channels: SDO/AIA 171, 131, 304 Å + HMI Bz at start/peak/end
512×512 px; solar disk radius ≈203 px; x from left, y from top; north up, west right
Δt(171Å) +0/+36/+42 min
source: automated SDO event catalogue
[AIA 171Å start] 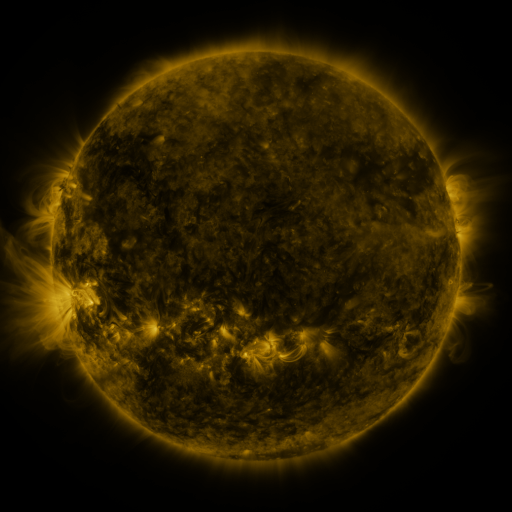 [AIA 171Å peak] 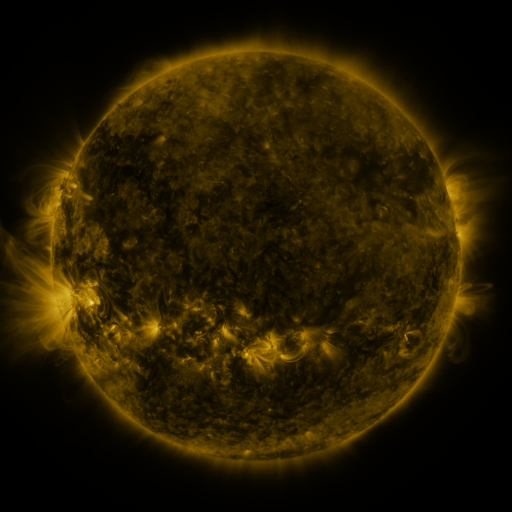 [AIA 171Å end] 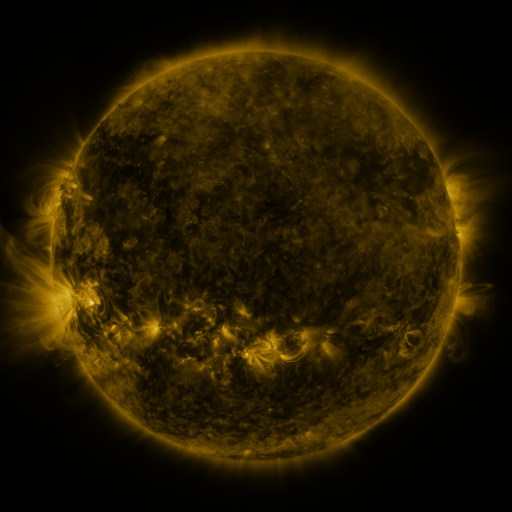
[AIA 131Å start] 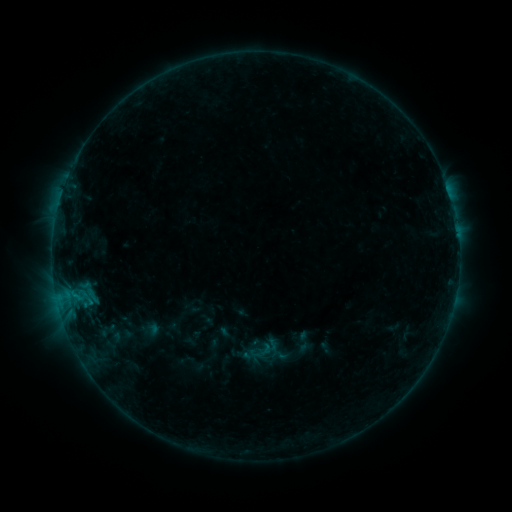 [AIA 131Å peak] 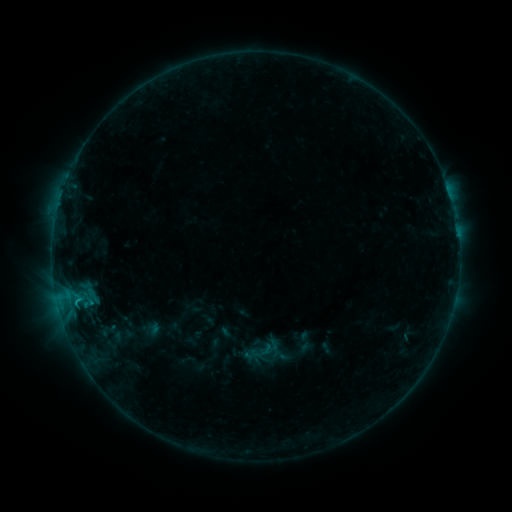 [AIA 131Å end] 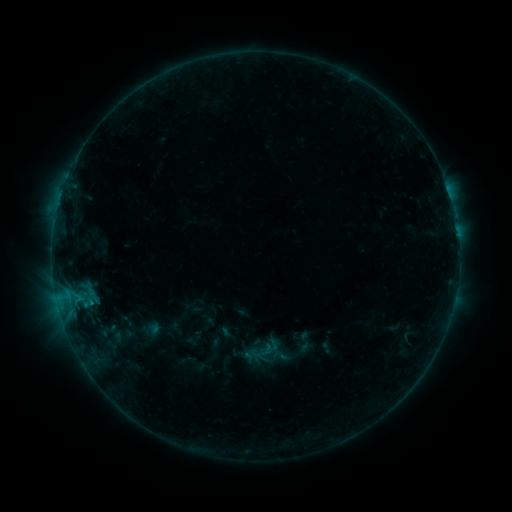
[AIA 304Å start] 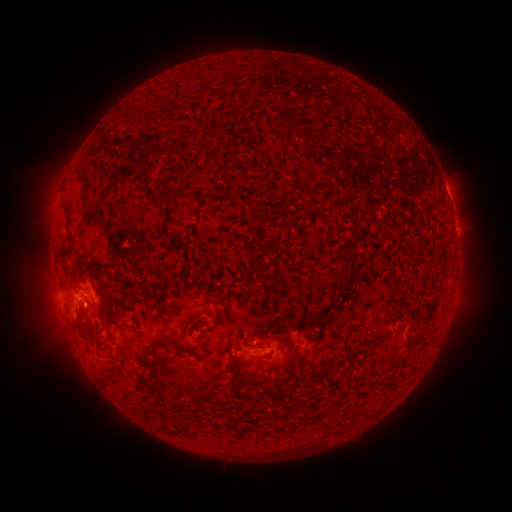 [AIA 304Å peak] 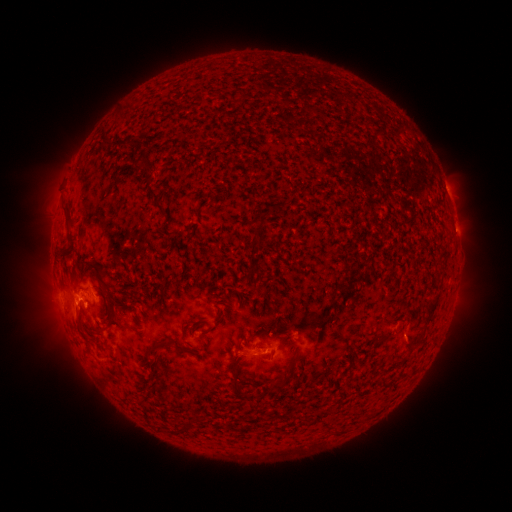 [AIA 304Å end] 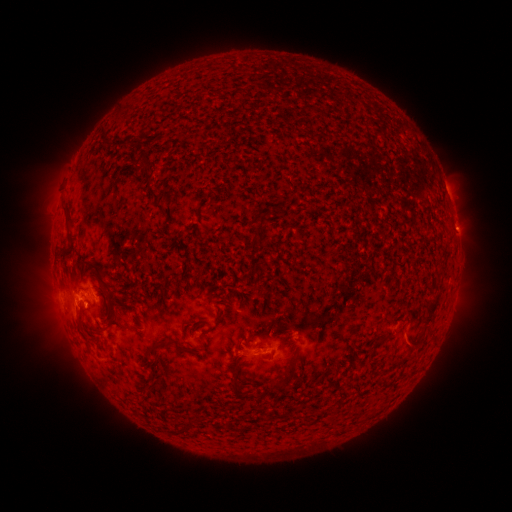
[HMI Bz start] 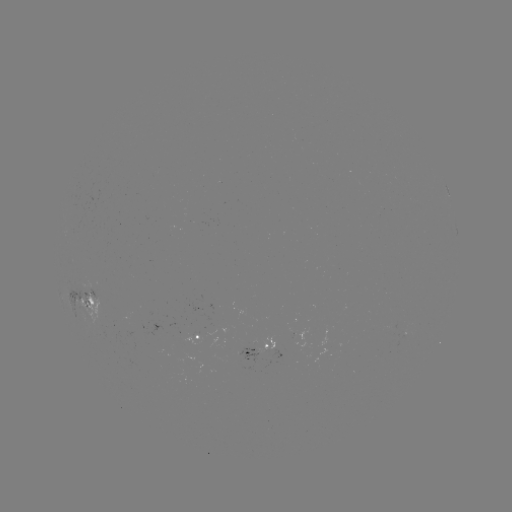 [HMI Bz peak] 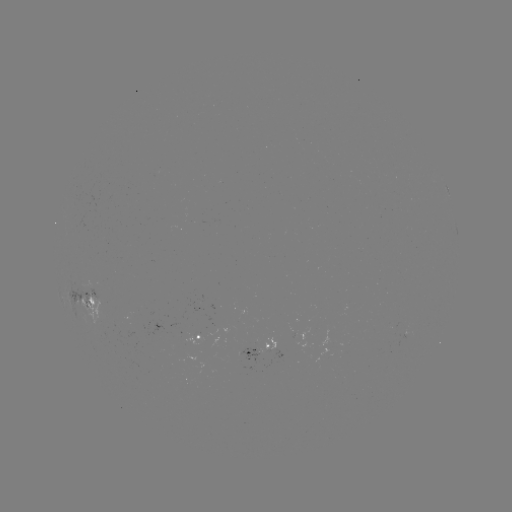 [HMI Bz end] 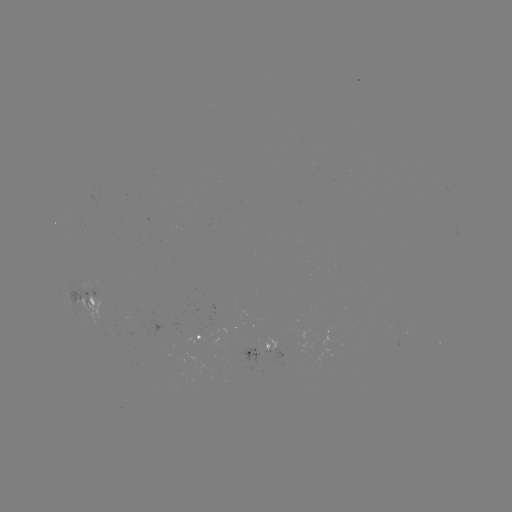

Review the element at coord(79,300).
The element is B5.9 flare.